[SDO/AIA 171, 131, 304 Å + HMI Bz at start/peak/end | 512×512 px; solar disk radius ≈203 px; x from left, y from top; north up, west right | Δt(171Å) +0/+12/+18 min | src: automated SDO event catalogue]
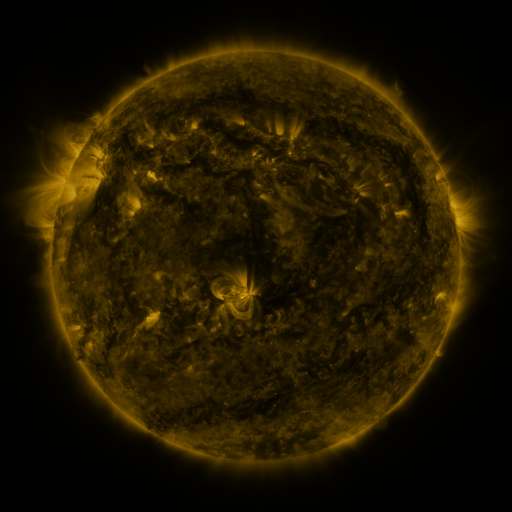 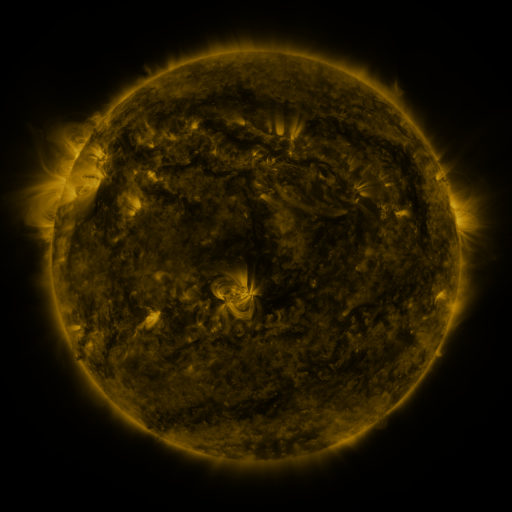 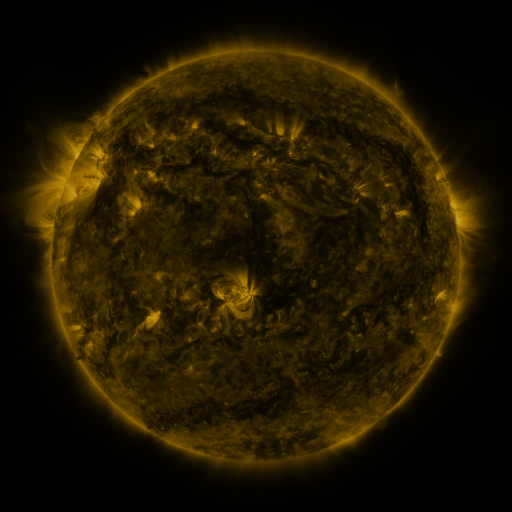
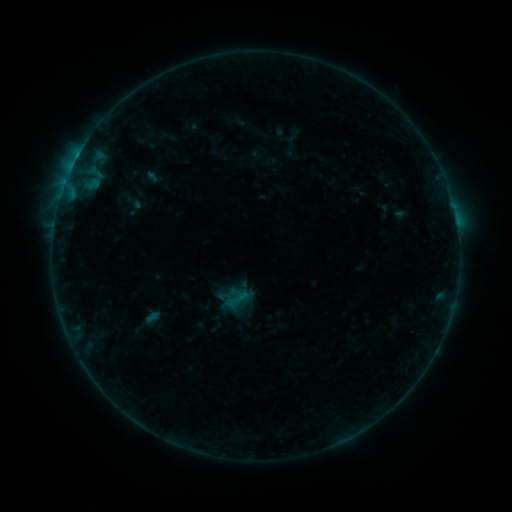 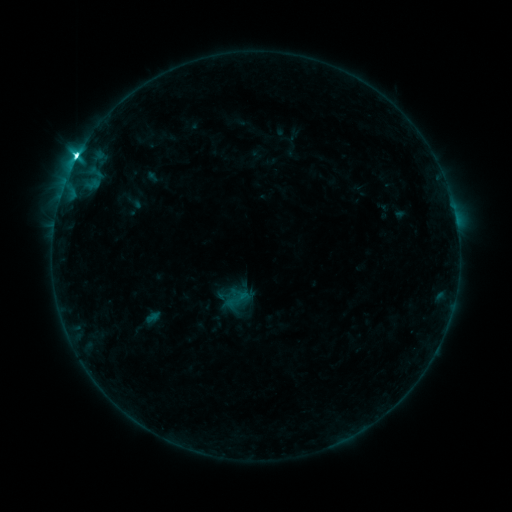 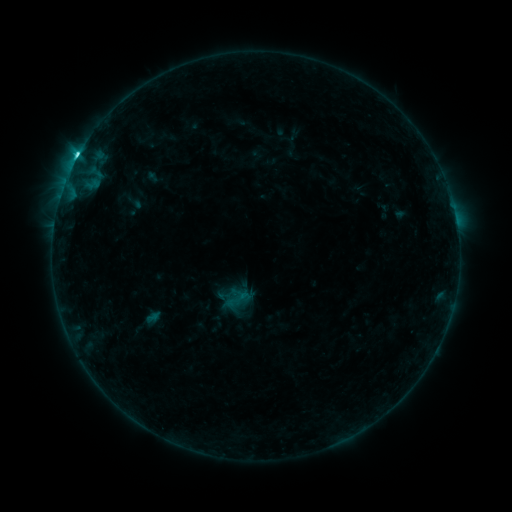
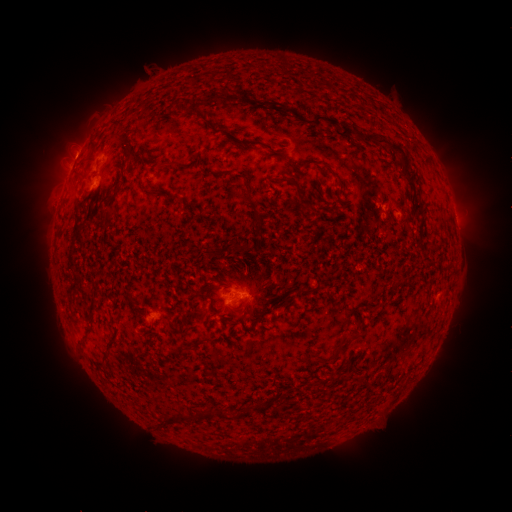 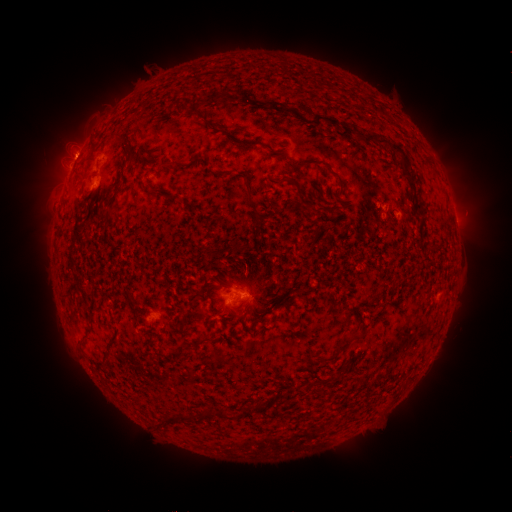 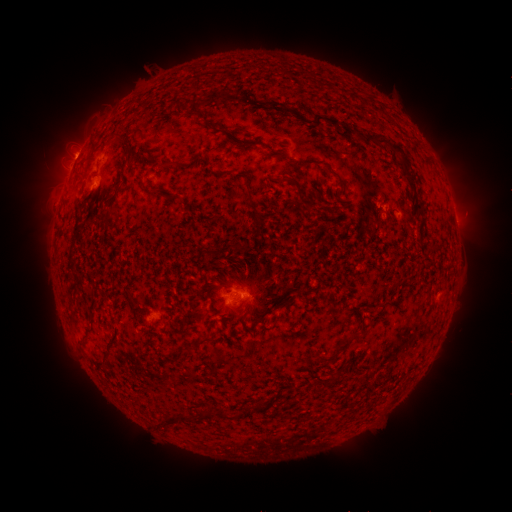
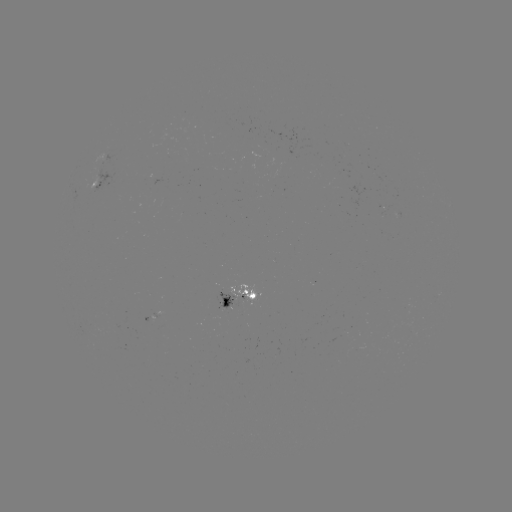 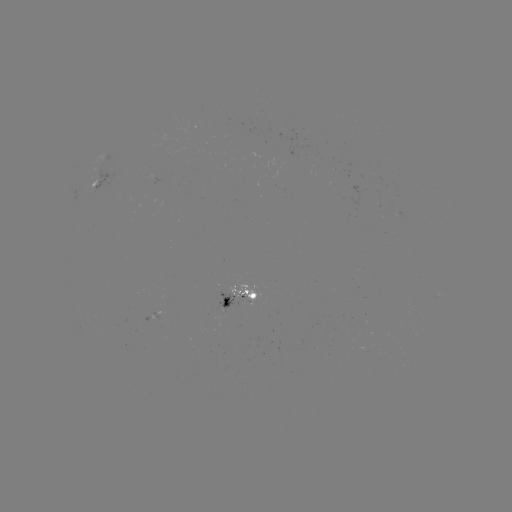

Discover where C7.9 flare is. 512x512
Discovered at [77, 159].